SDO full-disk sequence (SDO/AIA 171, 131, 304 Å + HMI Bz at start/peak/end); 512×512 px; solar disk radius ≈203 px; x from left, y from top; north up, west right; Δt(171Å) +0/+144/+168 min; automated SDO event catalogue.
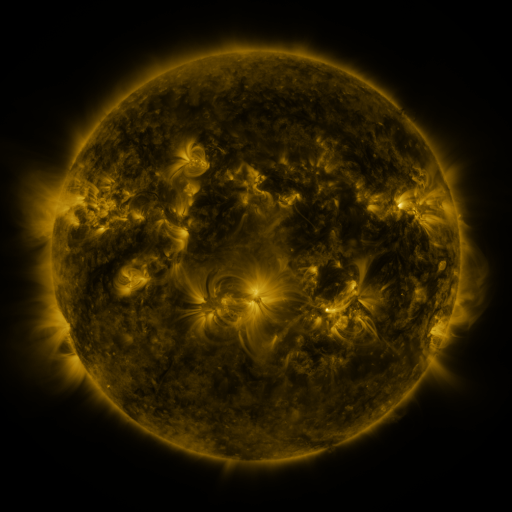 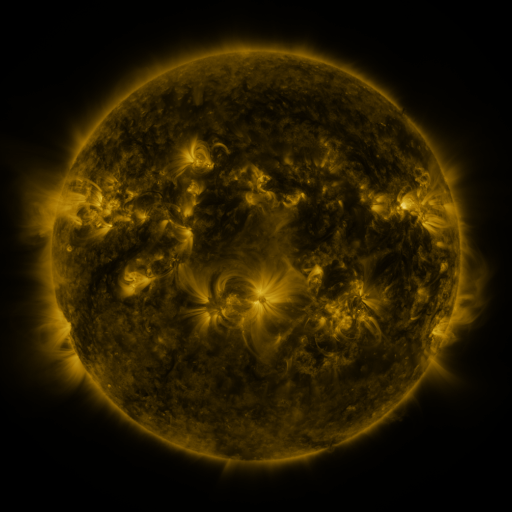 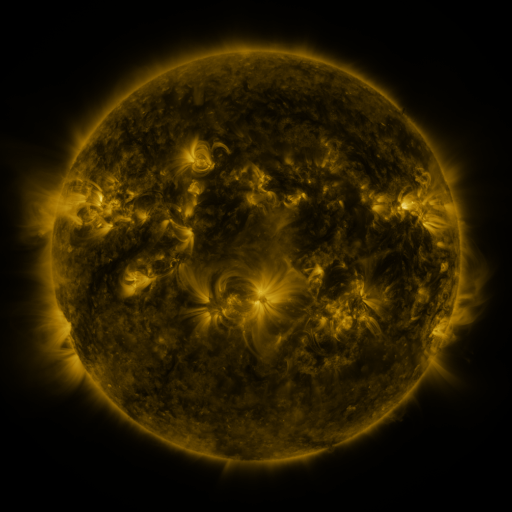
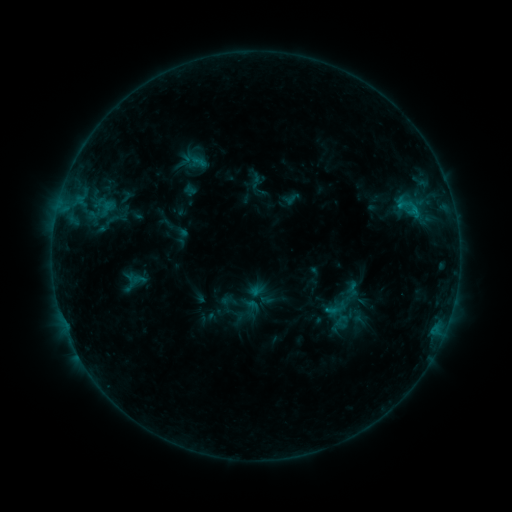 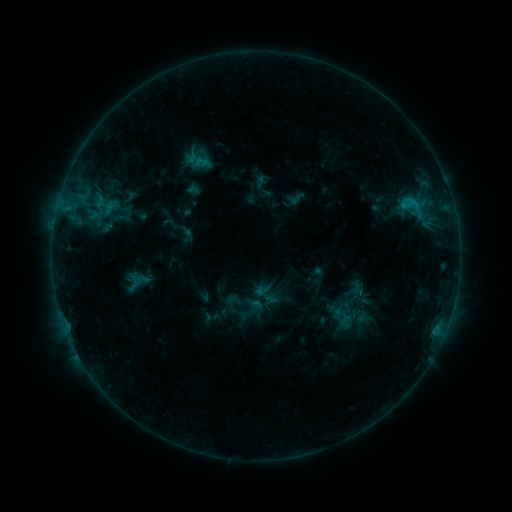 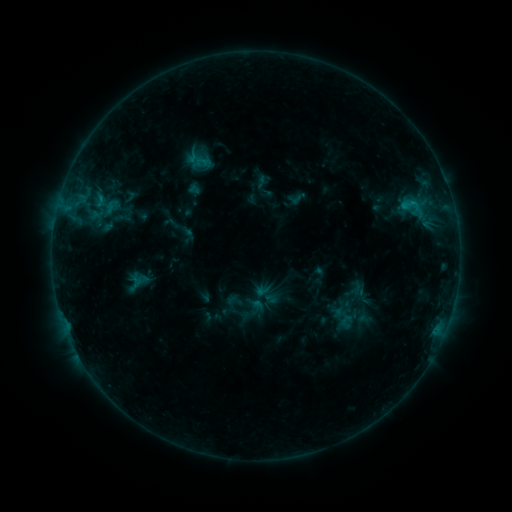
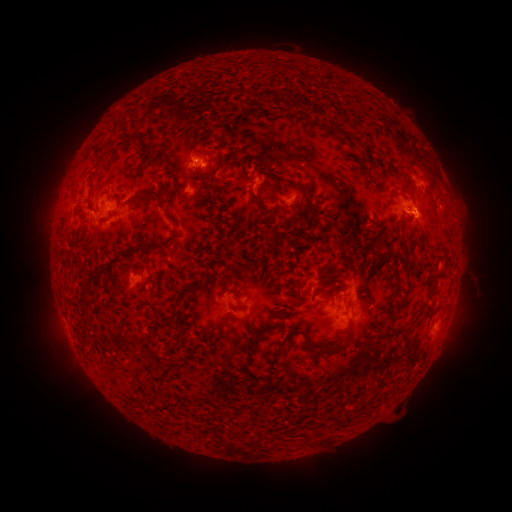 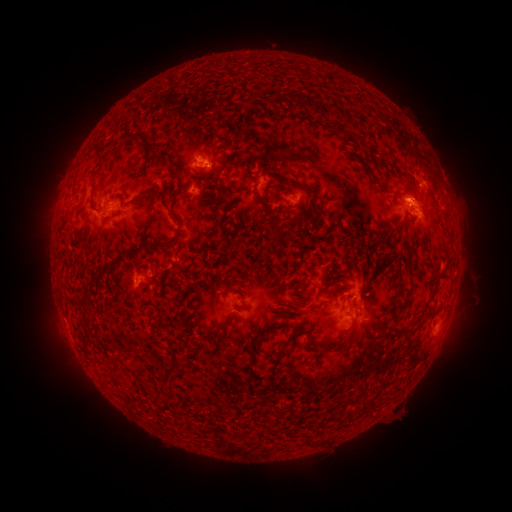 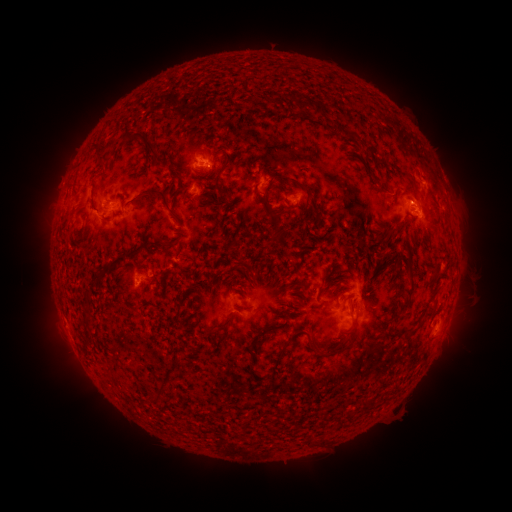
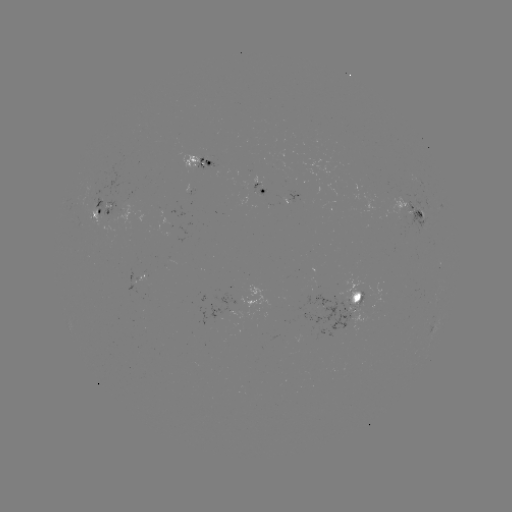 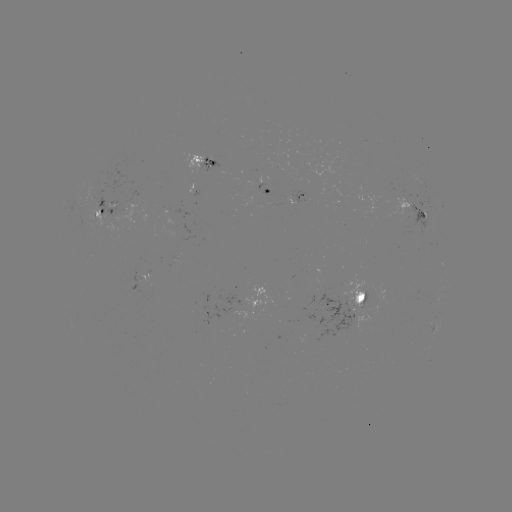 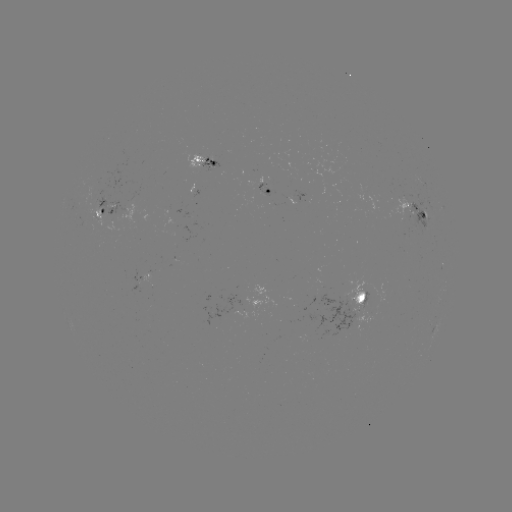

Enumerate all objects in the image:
emerging-flux region: (422, 214)
